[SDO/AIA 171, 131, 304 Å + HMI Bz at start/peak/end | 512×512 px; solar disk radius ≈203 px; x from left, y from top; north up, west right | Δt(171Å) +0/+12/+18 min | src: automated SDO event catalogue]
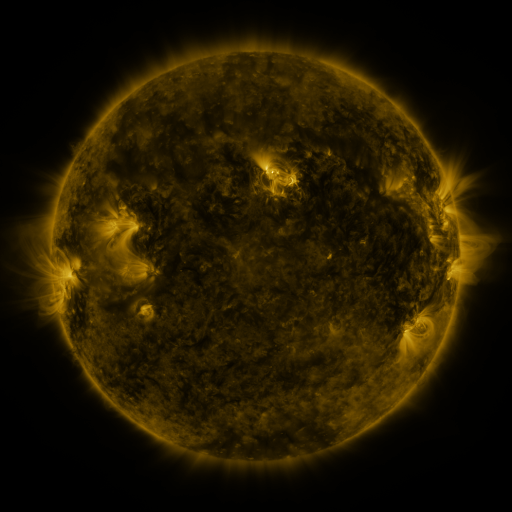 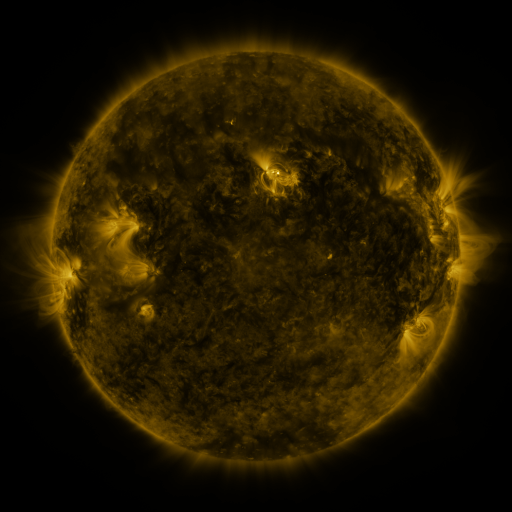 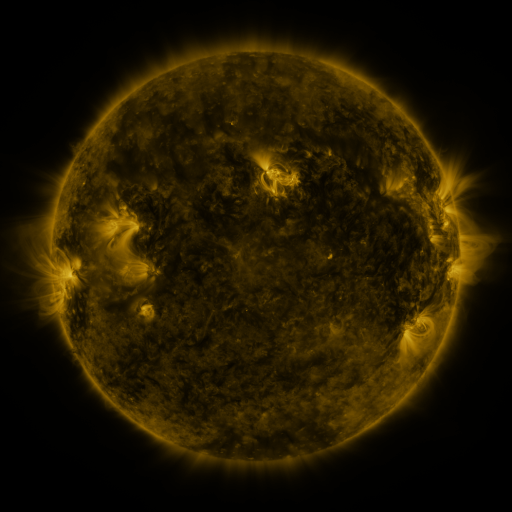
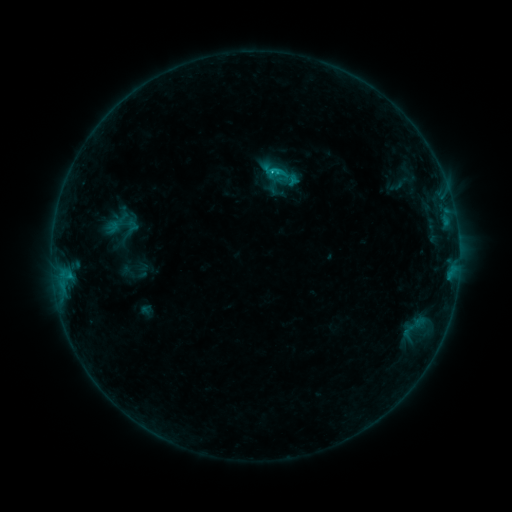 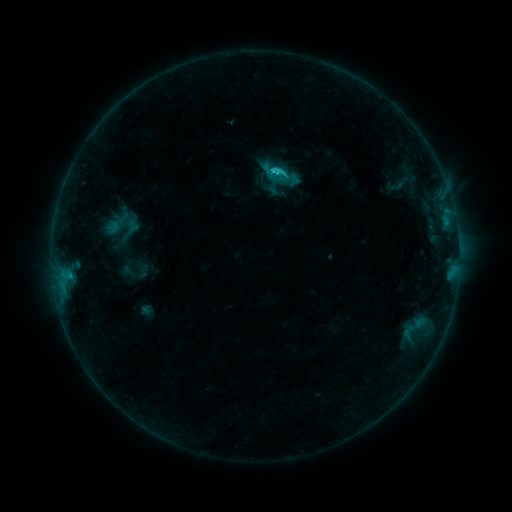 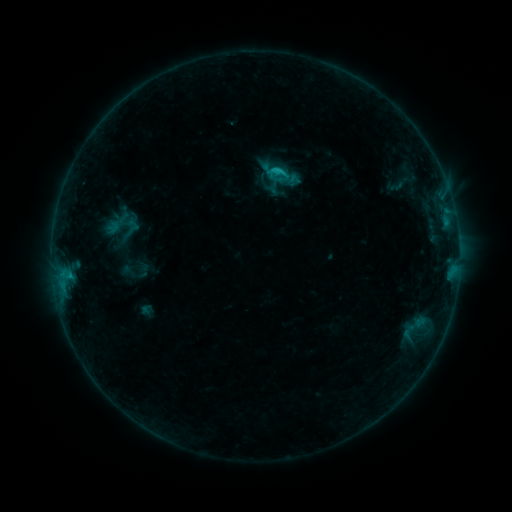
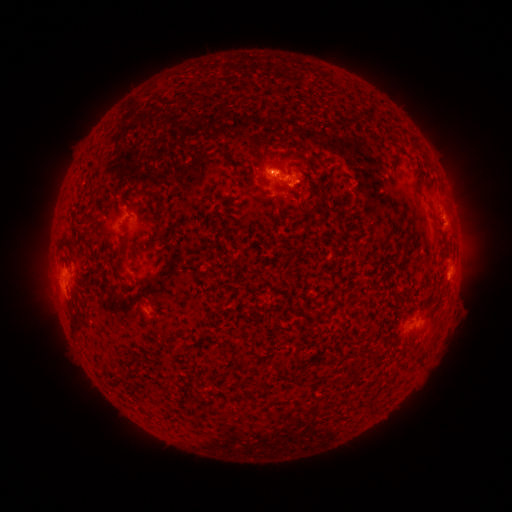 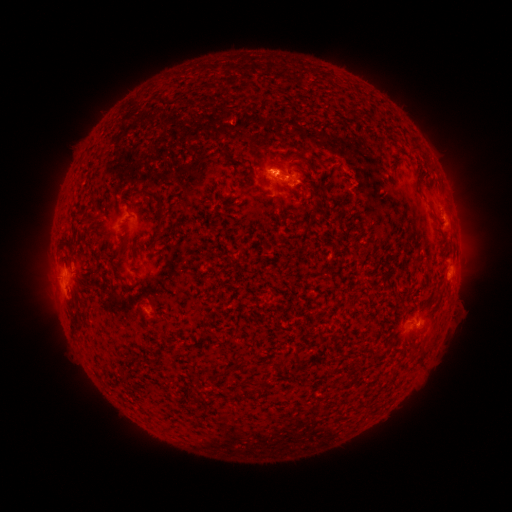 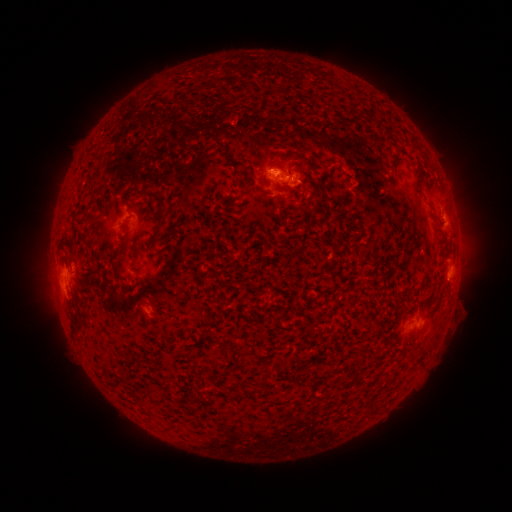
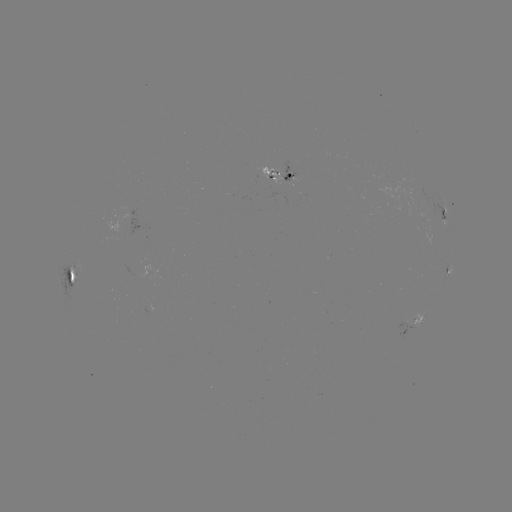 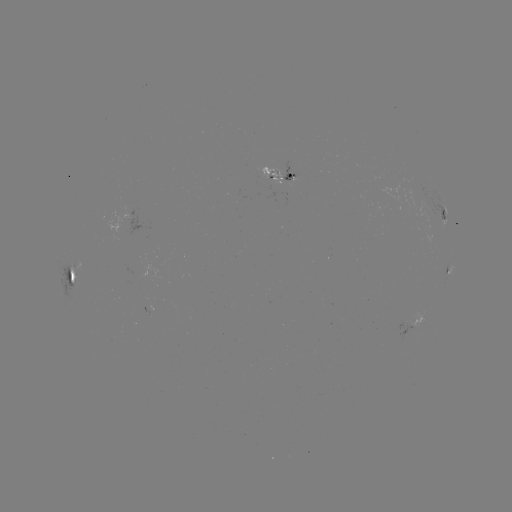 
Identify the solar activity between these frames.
C1.2 flare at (272, 174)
